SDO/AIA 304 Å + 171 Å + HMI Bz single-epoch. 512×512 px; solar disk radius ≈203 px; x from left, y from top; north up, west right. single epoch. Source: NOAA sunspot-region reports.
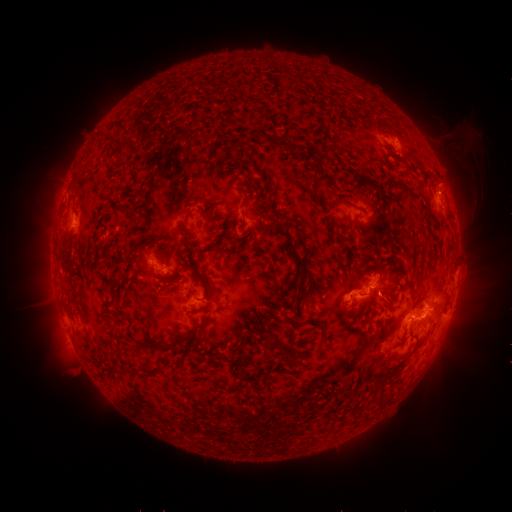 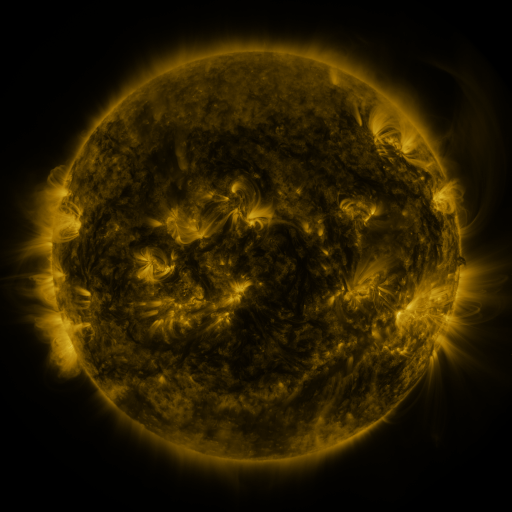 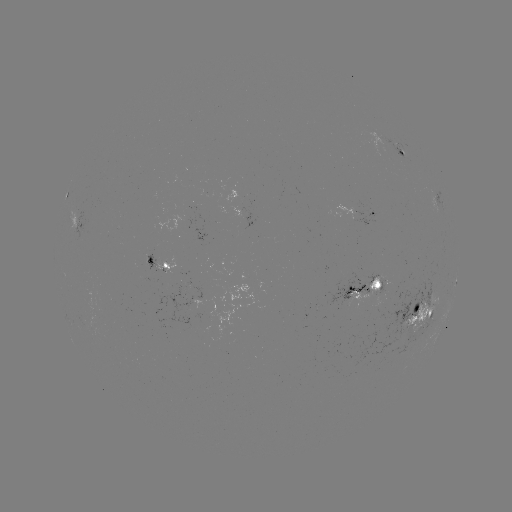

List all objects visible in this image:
spotted active region: (402, 151)
spotted active region: (65, 195)
spotted active region: (436, 200)
spotted active region: (368, 215)
spotted active region: (81, 224)
spotted active region: (160, 264)
spotted active region: (455, 283)
spotted active region: (365, 286)
spotted active region: (418, 315)
